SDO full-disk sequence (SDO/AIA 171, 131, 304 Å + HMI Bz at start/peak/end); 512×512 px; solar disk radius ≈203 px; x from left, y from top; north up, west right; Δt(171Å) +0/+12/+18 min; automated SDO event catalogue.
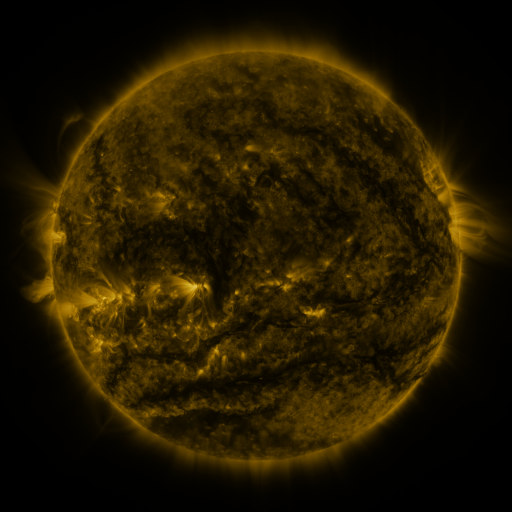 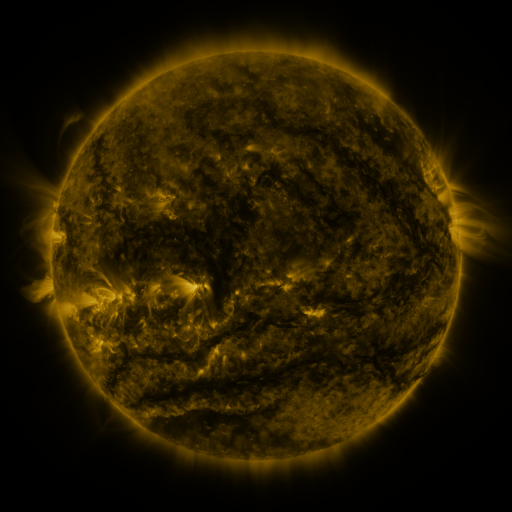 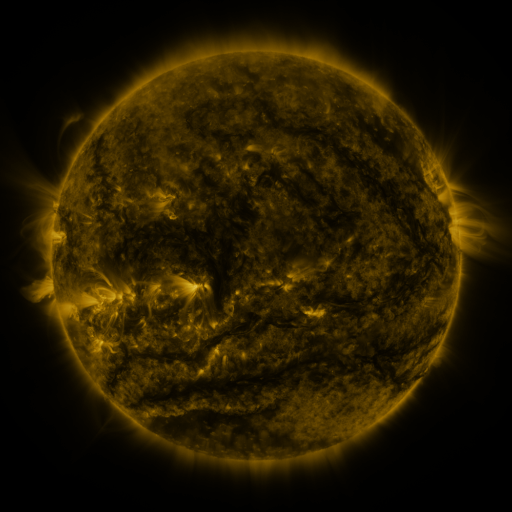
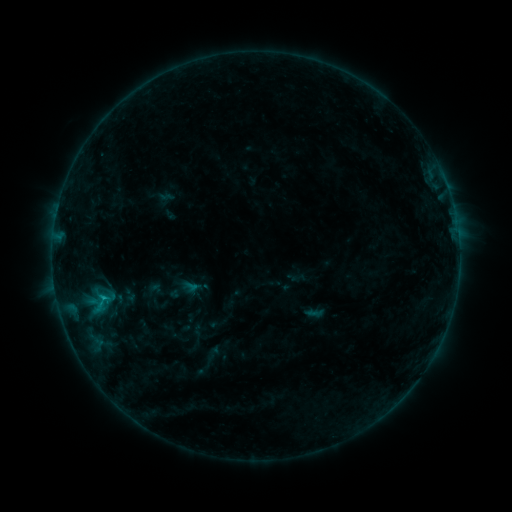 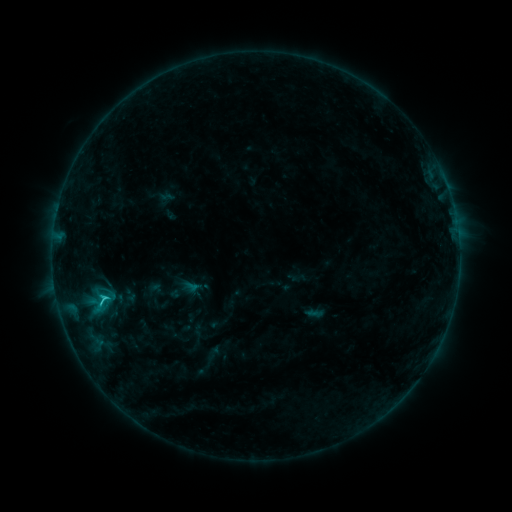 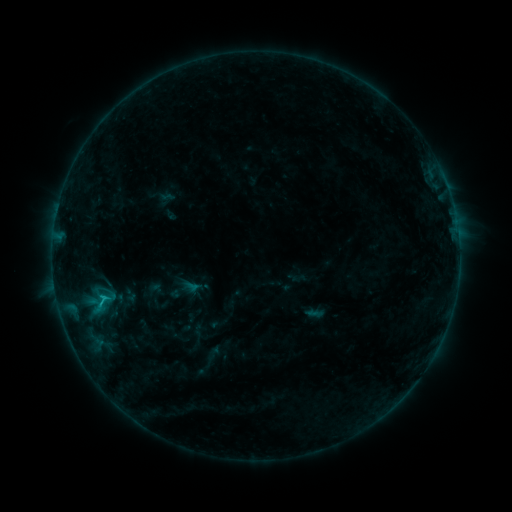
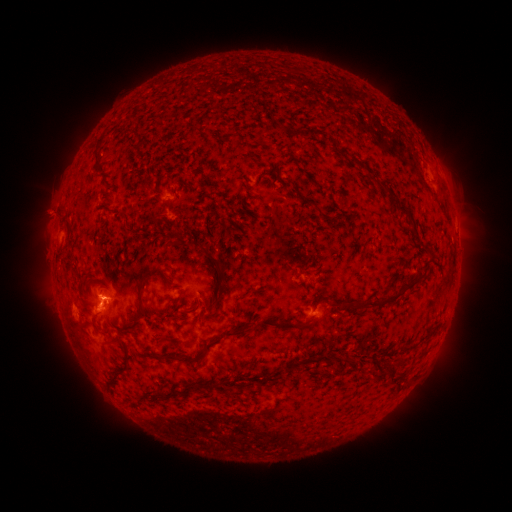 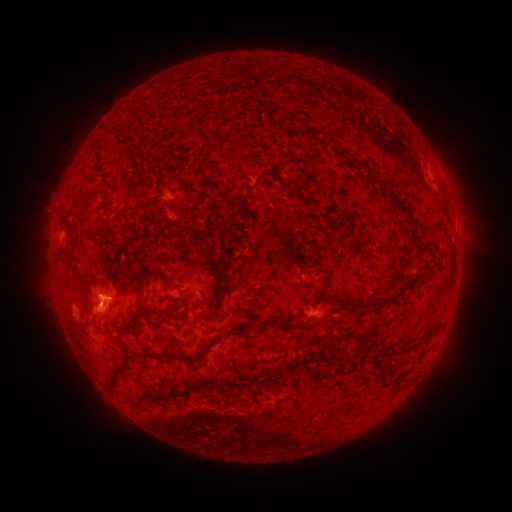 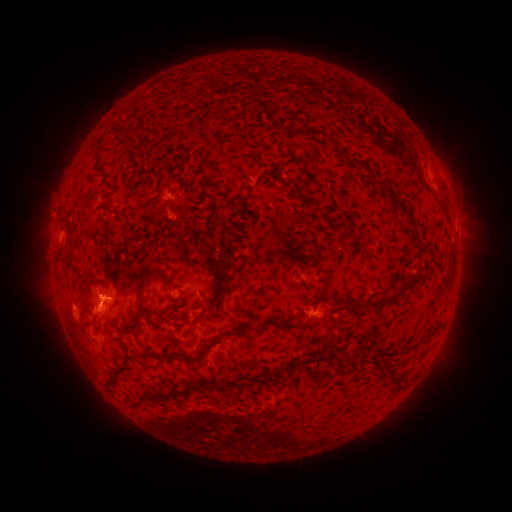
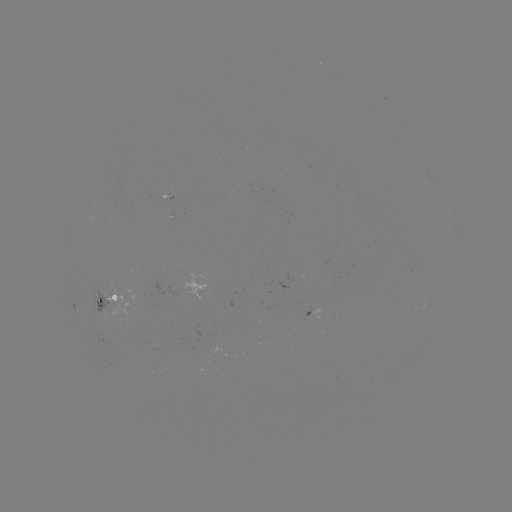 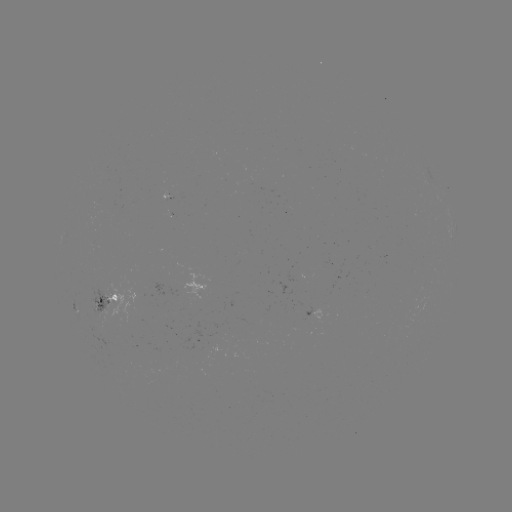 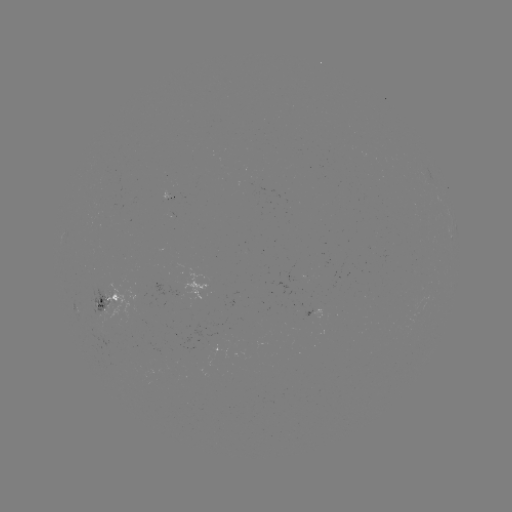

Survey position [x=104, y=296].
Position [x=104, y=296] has C1.2 flare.